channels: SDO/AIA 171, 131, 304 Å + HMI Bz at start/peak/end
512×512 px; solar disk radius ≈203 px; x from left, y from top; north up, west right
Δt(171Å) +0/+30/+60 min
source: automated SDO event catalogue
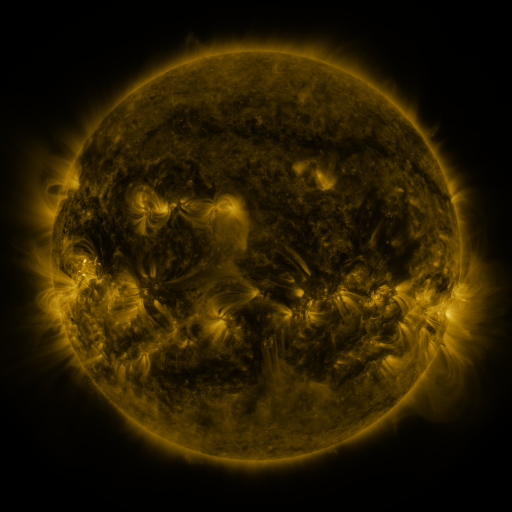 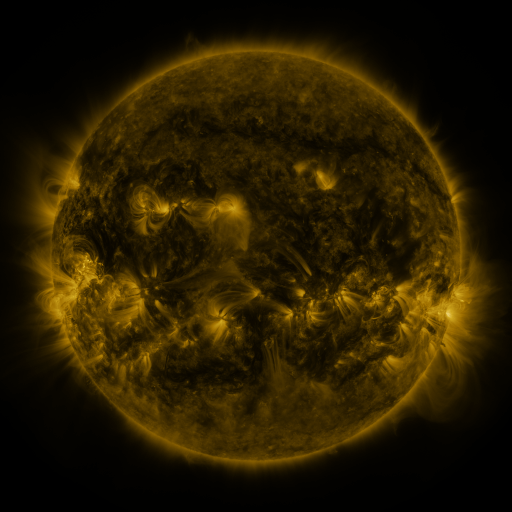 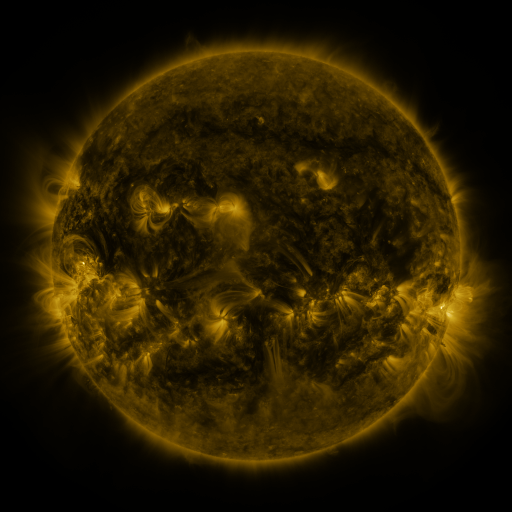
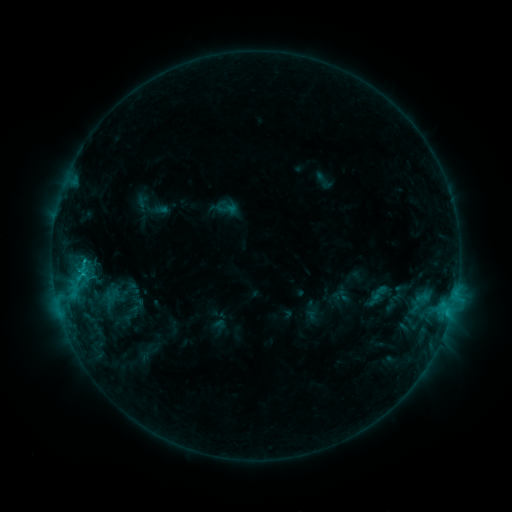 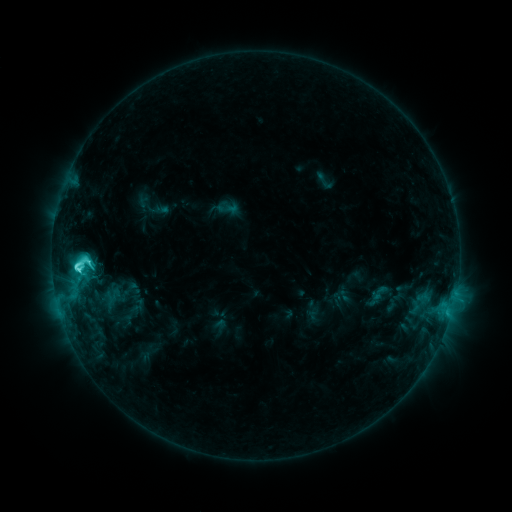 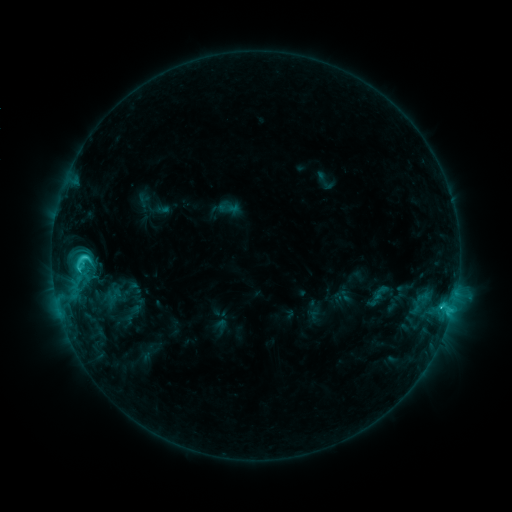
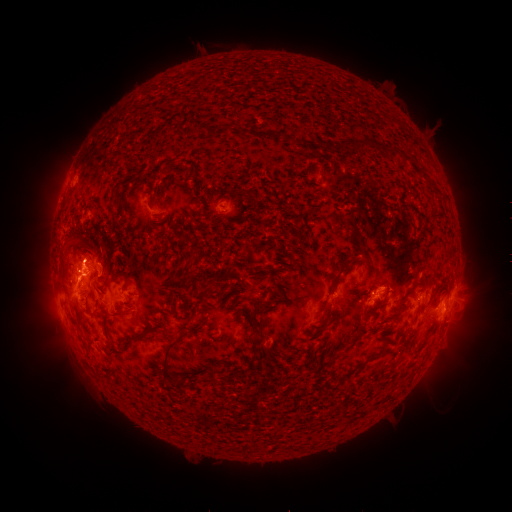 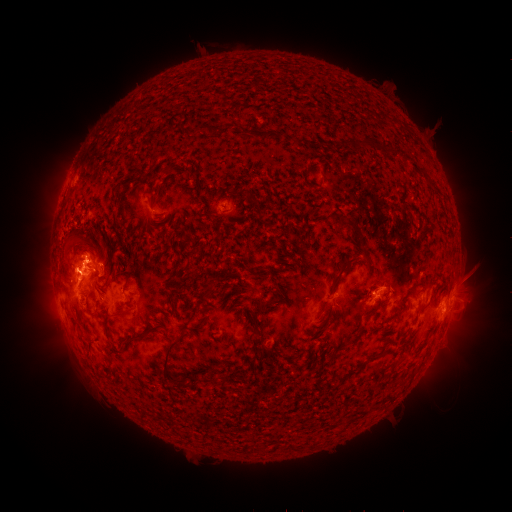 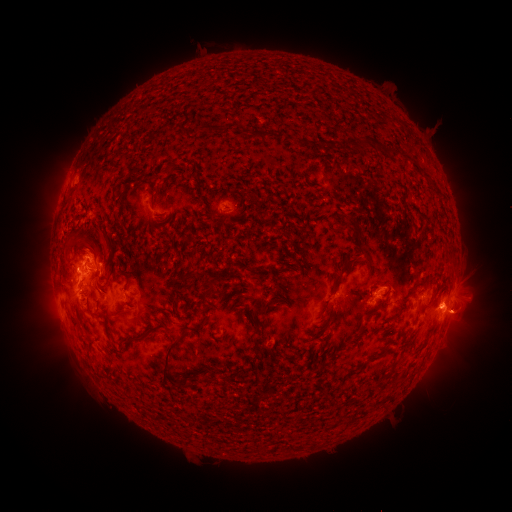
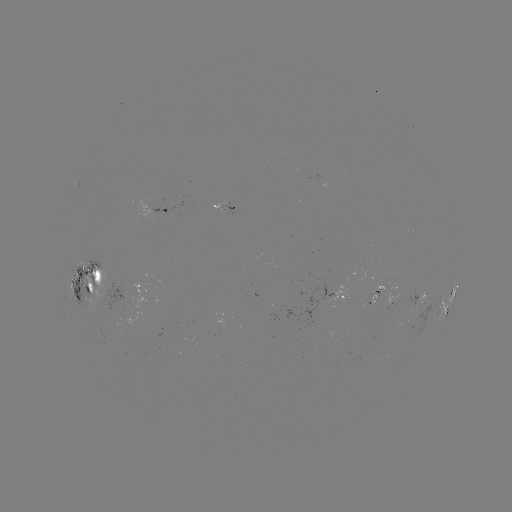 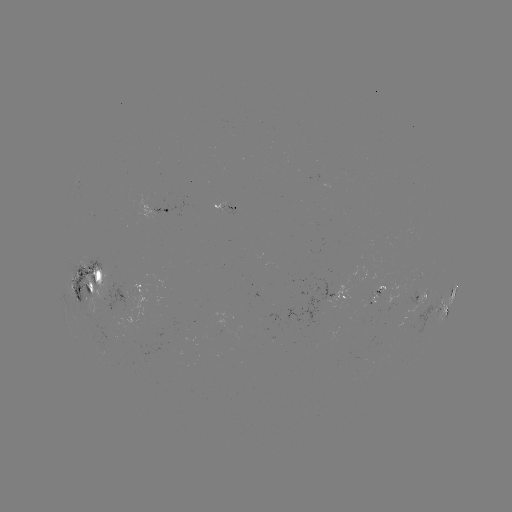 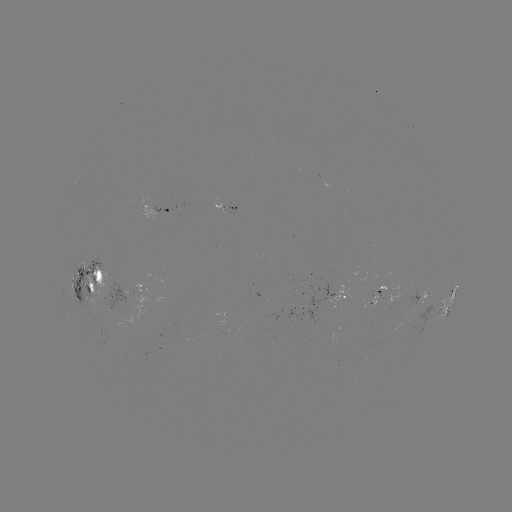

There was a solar flare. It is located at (80, 267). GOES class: C6.9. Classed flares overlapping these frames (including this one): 1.